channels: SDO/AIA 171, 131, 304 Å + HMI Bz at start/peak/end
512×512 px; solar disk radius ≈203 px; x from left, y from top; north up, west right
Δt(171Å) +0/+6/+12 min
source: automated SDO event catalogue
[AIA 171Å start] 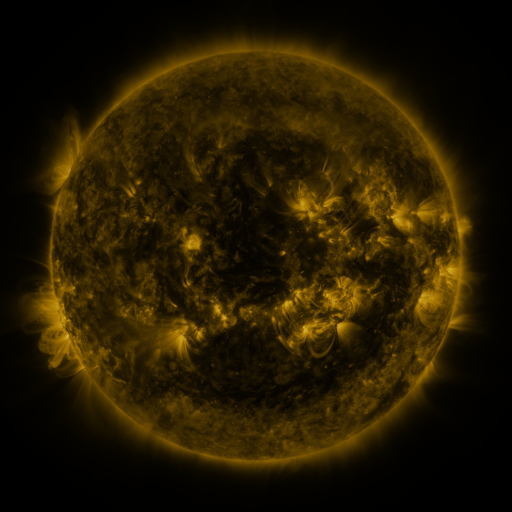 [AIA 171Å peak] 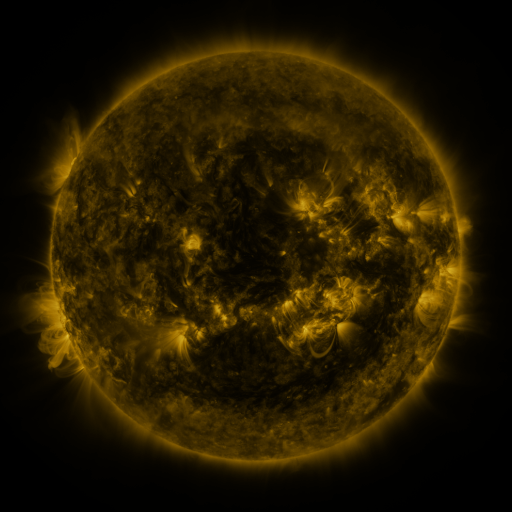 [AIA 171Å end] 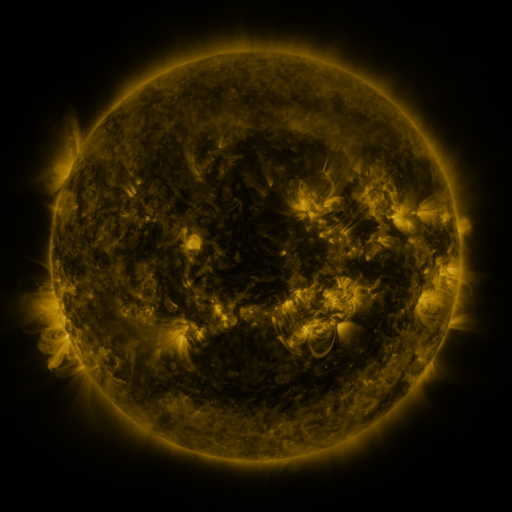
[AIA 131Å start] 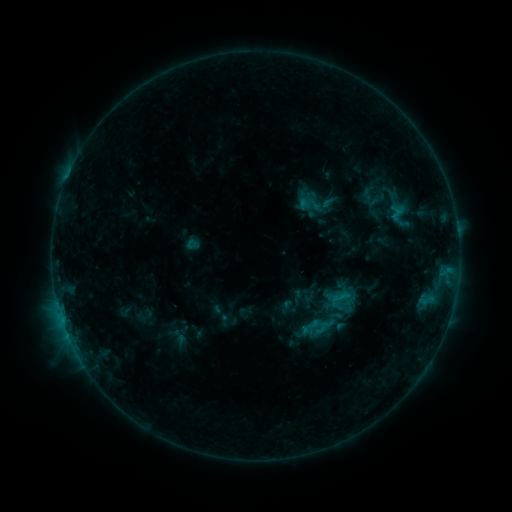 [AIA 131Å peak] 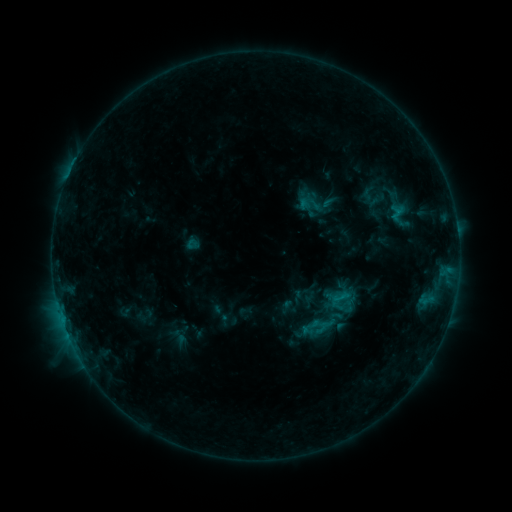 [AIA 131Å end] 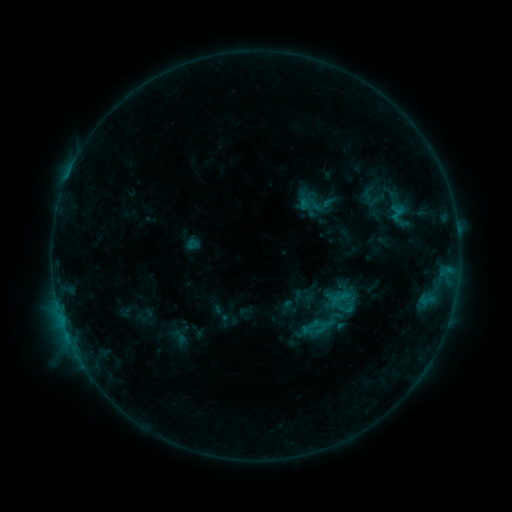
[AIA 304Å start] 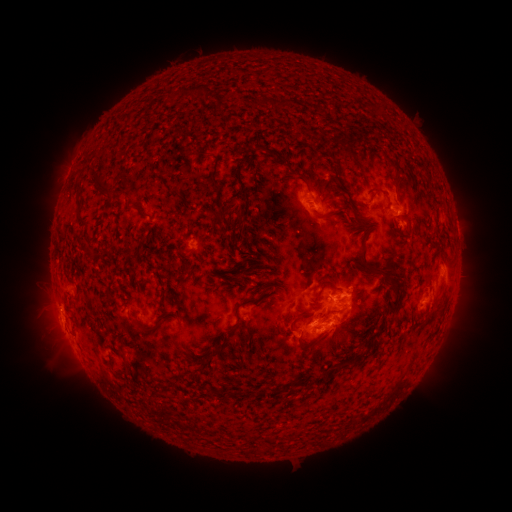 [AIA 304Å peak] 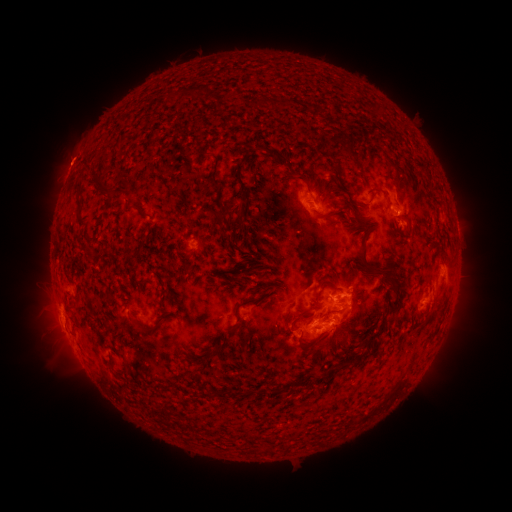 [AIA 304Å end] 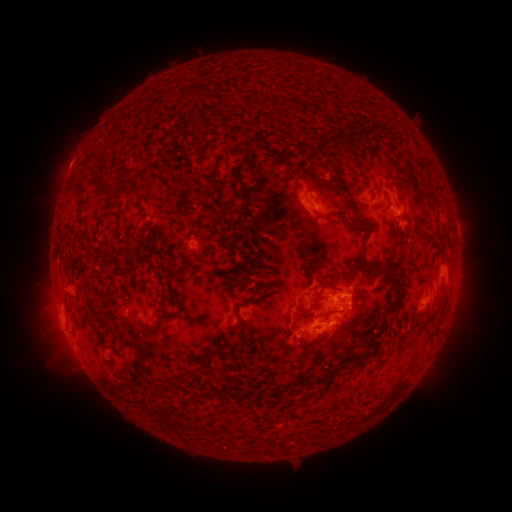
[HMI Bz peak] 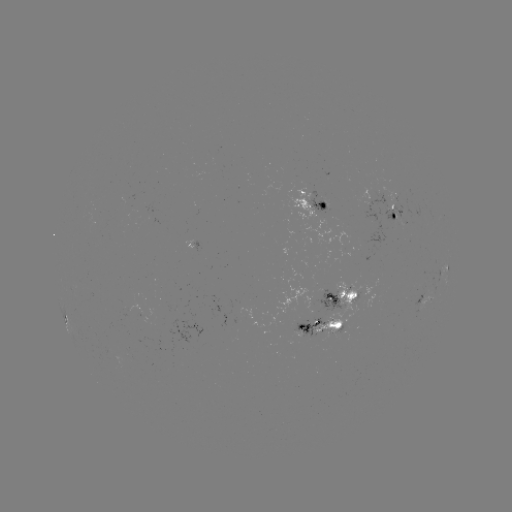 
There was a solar eruption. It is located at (71, 163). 